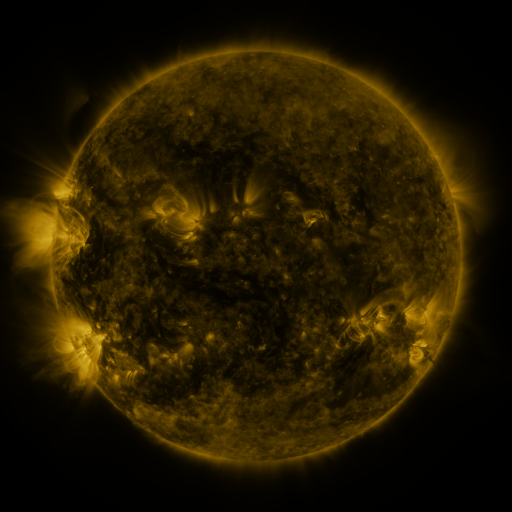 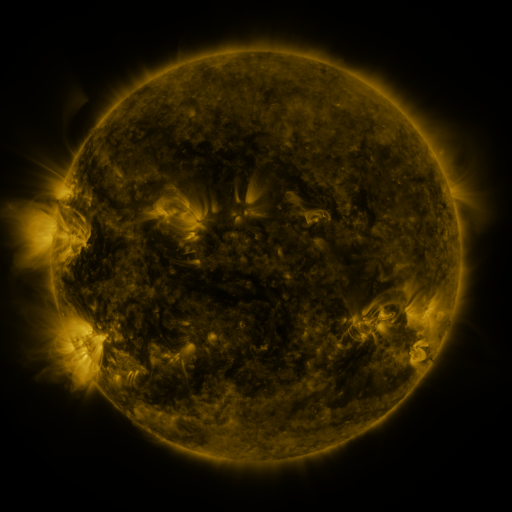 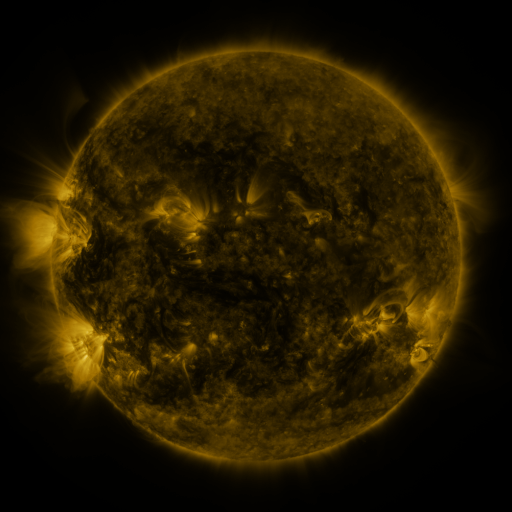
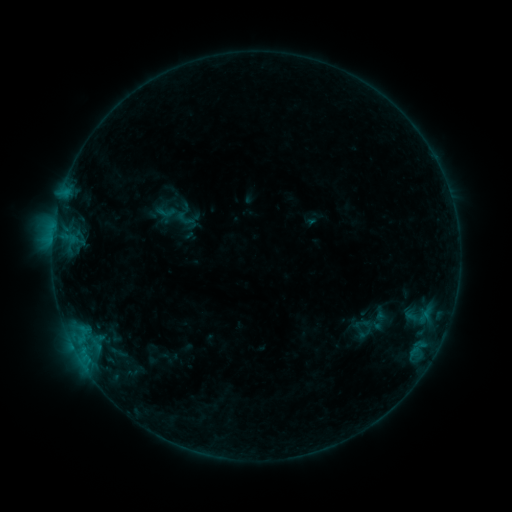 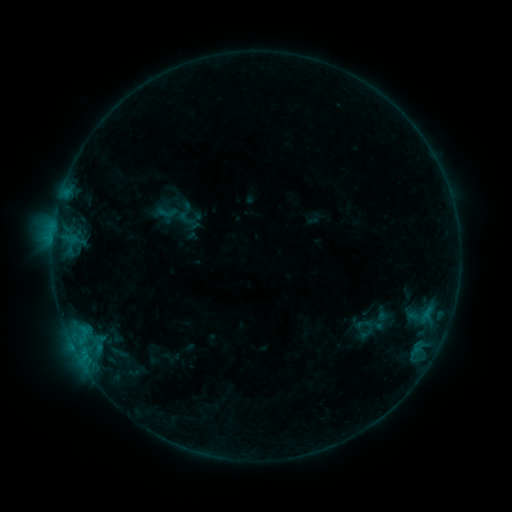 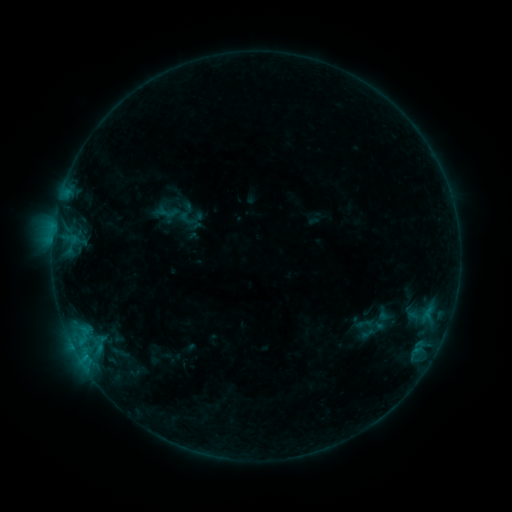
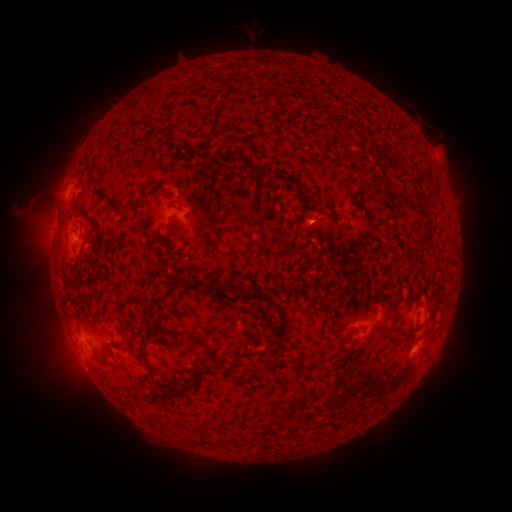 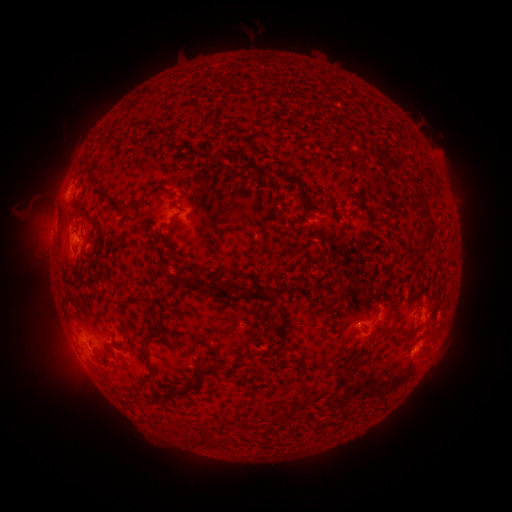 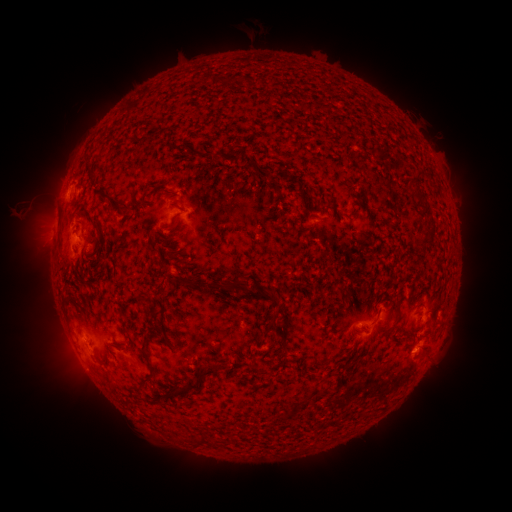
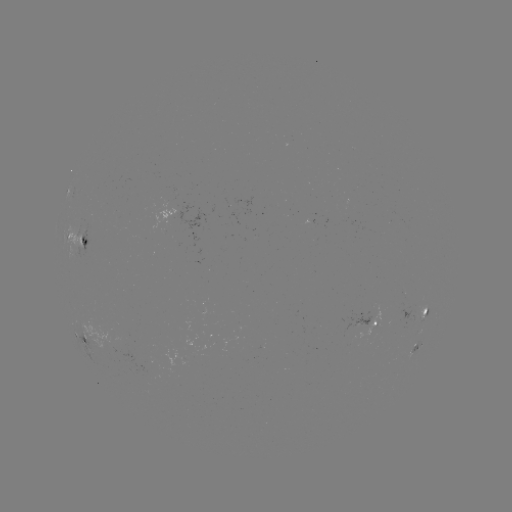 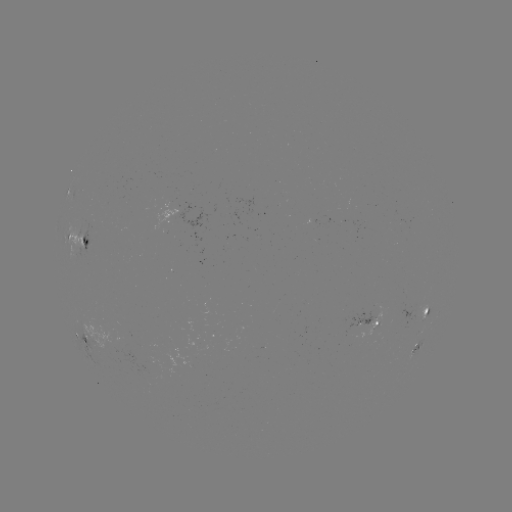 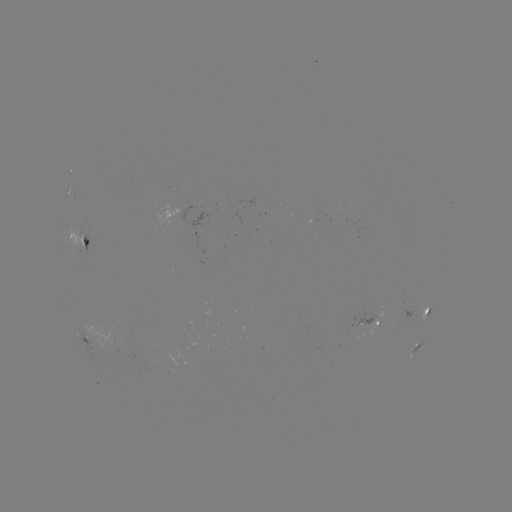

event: emerging-flux region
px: (313, 220)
